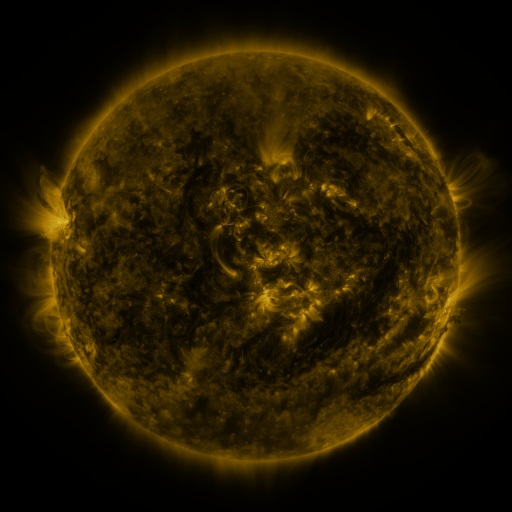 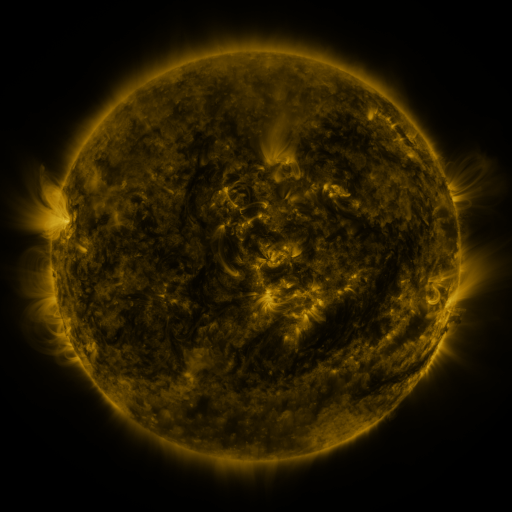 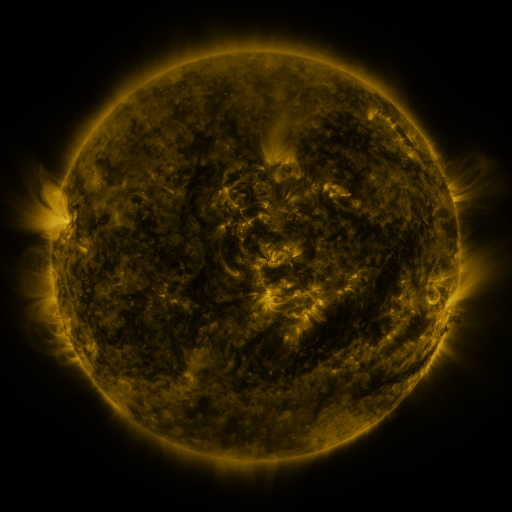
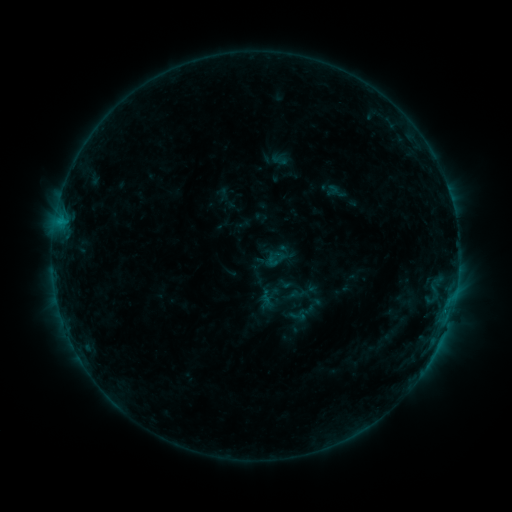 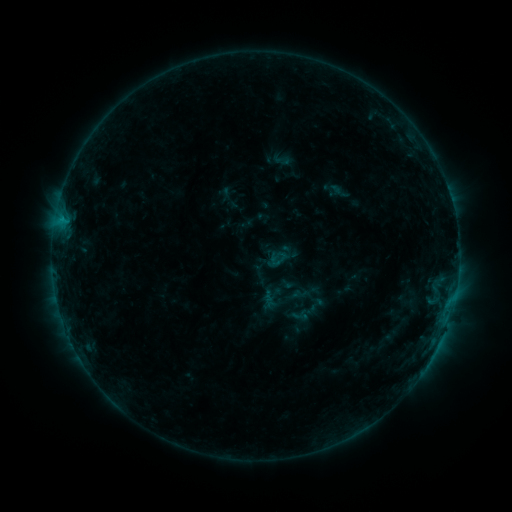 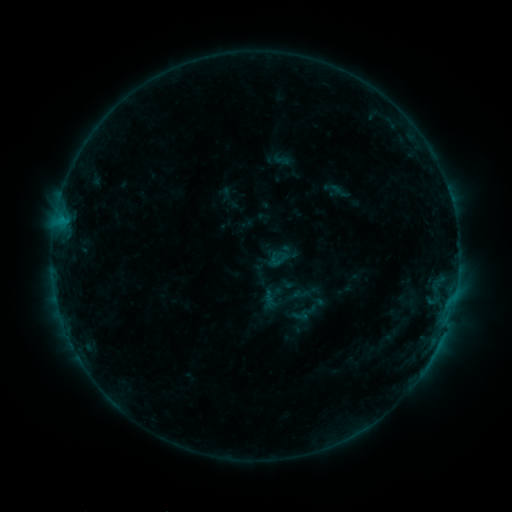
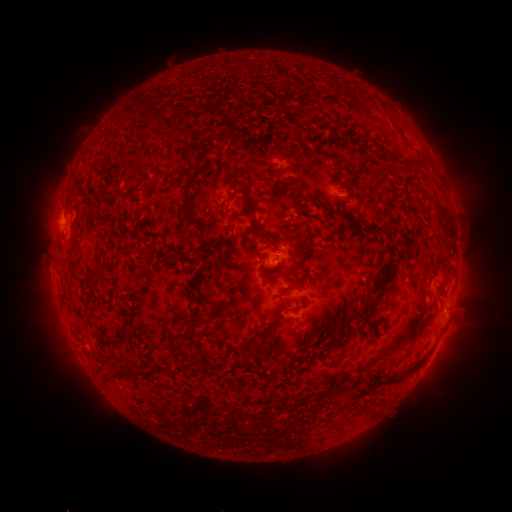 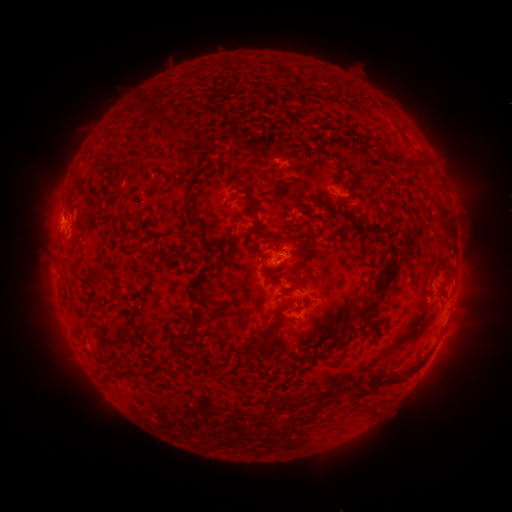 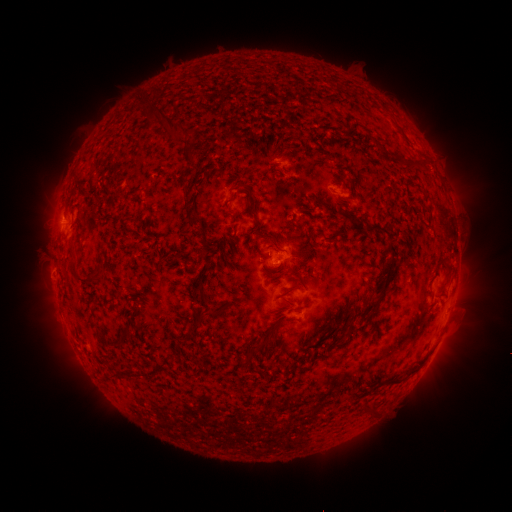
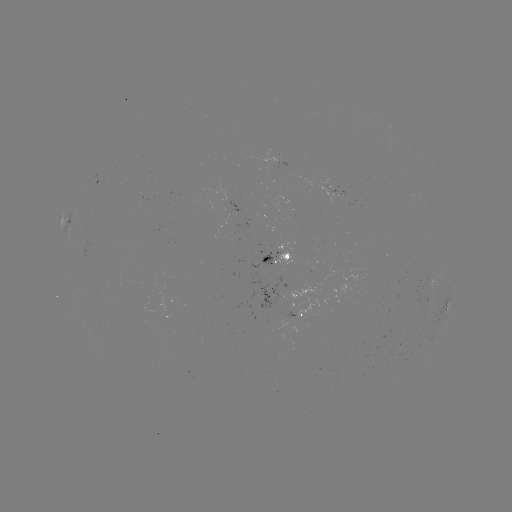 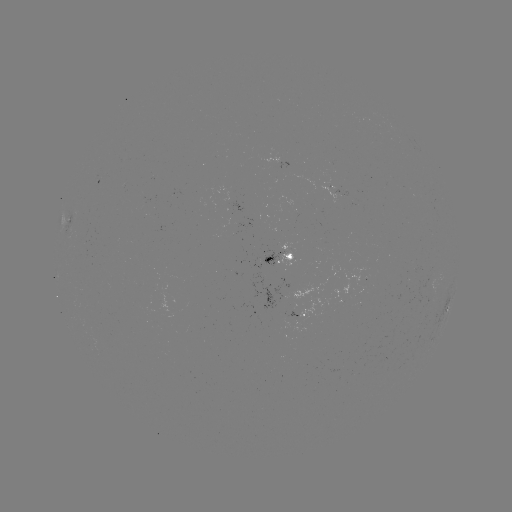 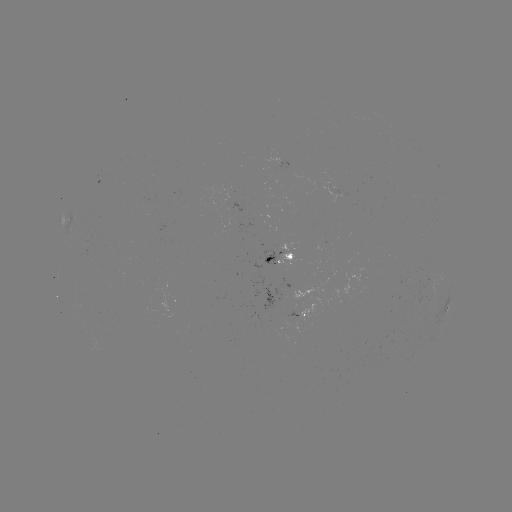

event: emerging-flux region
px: (329, 190)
